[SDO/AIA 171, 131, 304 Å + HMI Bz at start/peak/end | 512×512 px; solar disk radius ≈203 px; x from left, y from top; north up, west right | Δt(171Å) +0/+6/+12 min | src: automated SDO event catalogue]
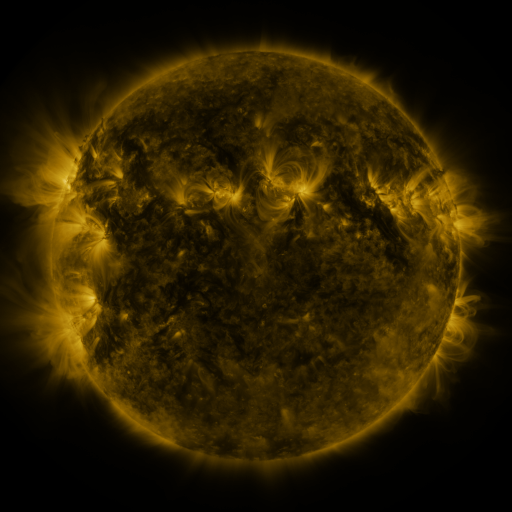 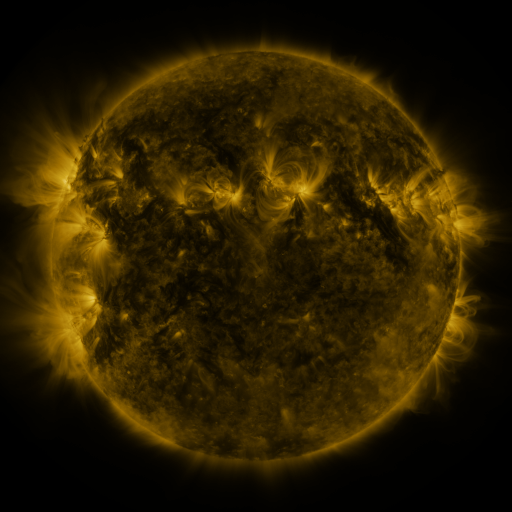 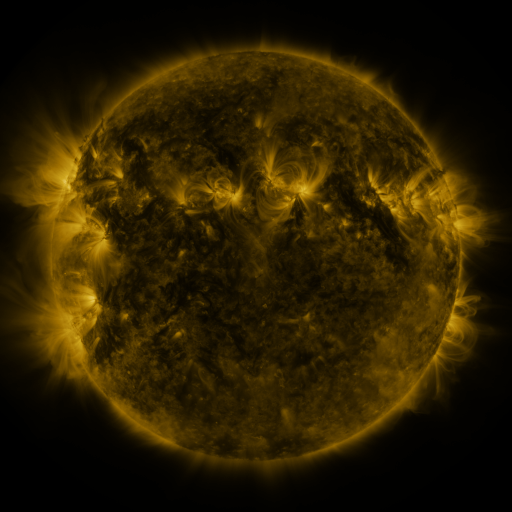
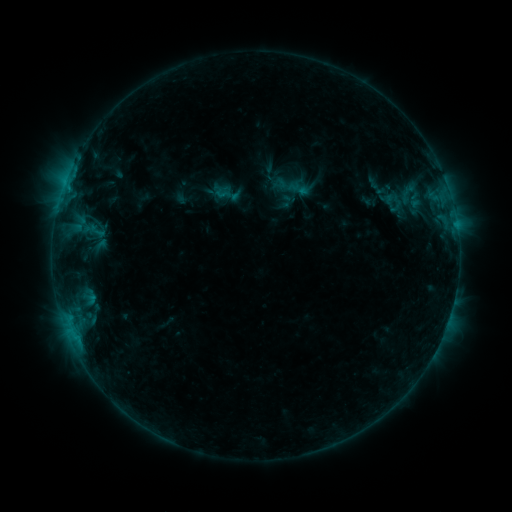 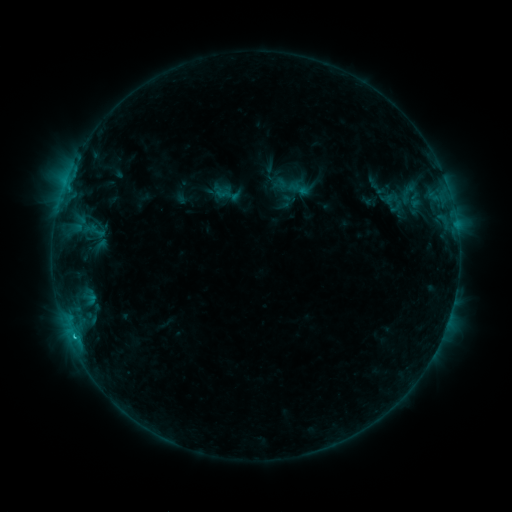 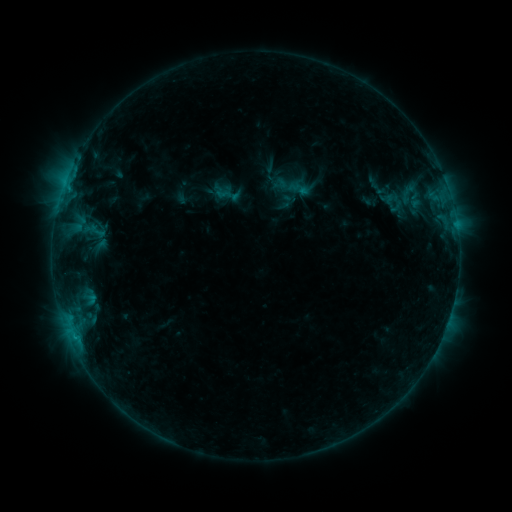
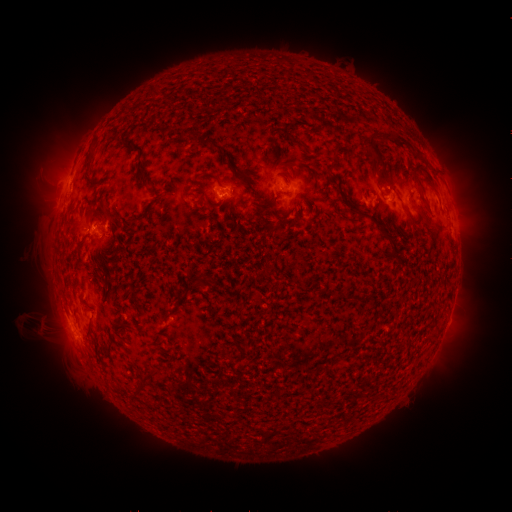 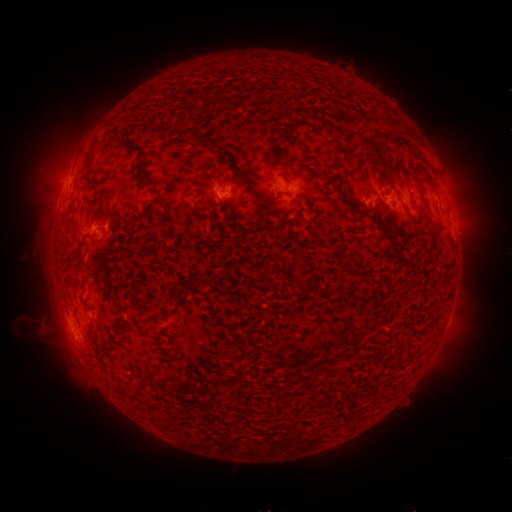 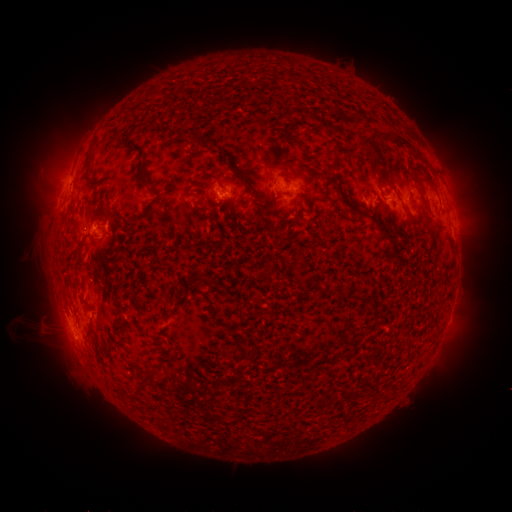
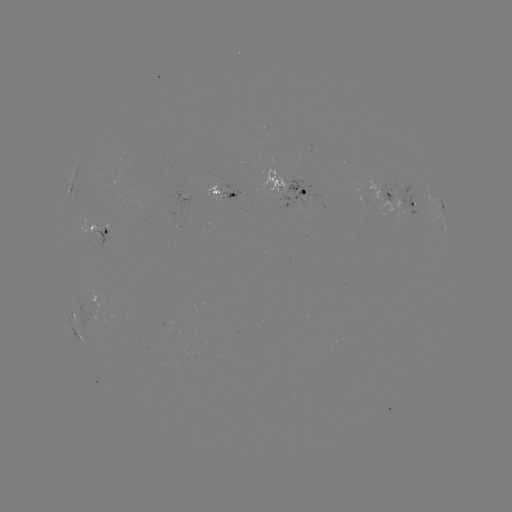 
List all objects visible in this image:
B8.0 flare: (74, 336)
